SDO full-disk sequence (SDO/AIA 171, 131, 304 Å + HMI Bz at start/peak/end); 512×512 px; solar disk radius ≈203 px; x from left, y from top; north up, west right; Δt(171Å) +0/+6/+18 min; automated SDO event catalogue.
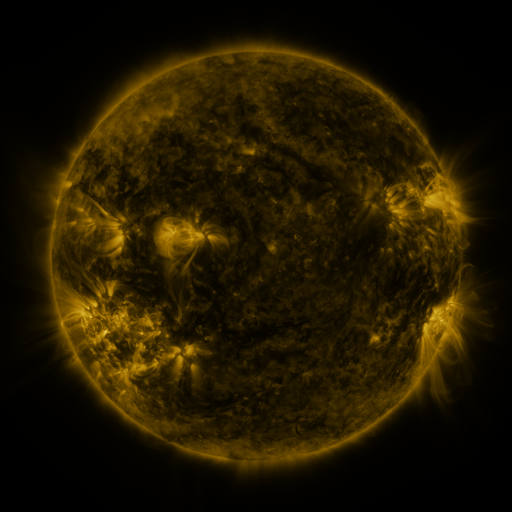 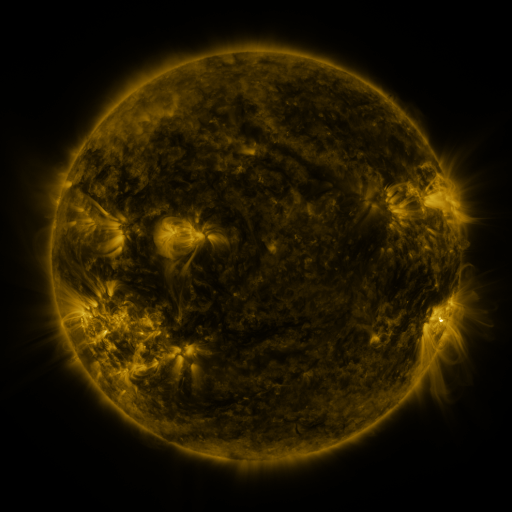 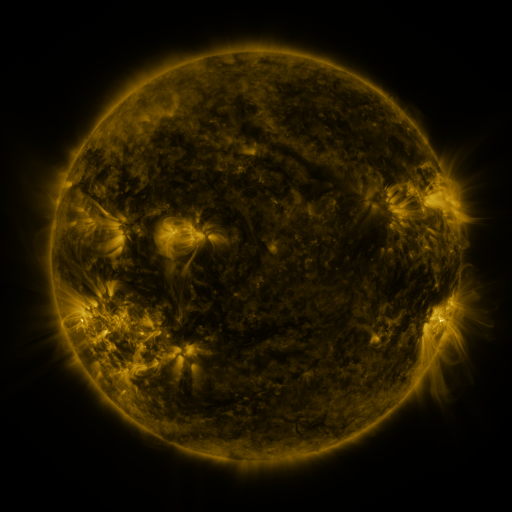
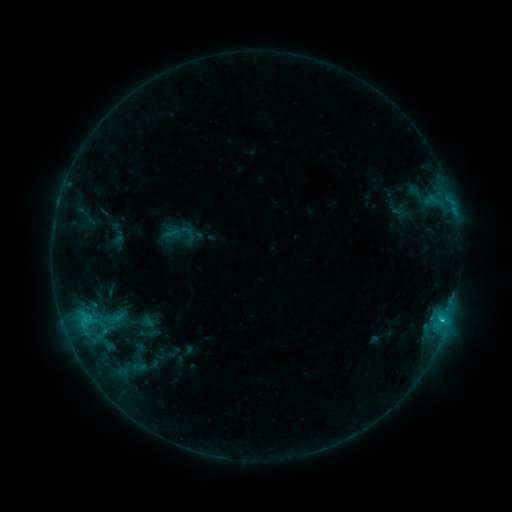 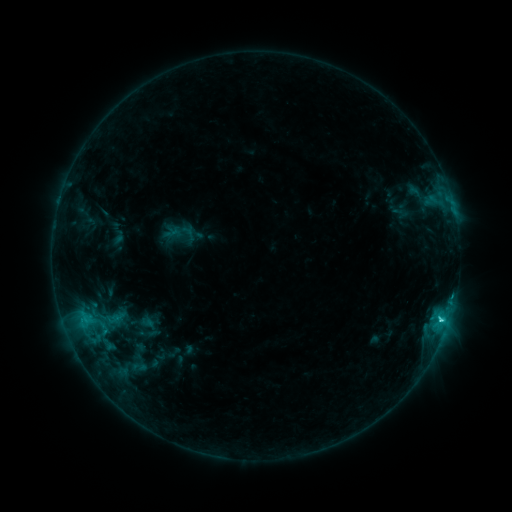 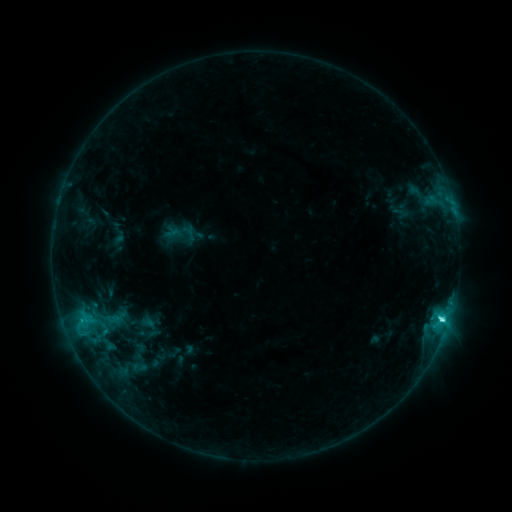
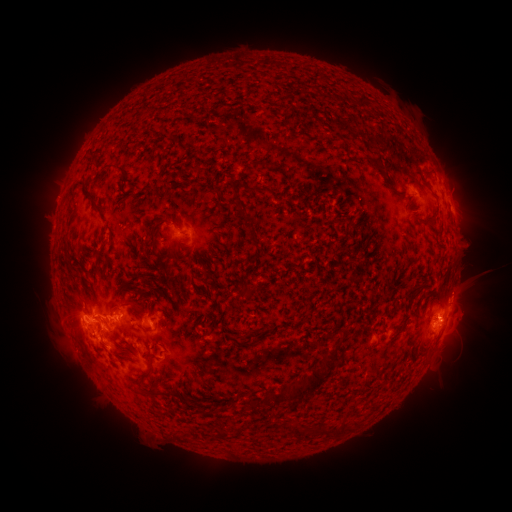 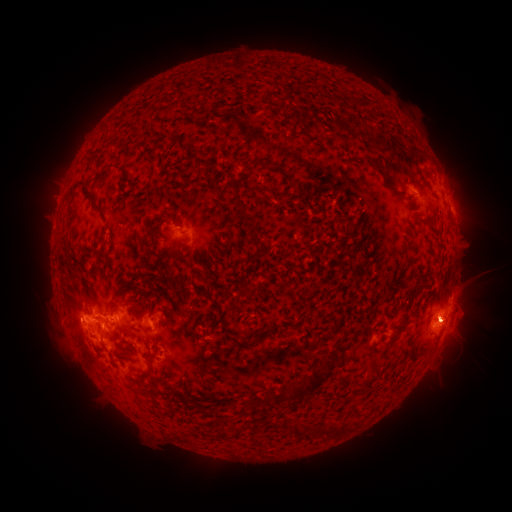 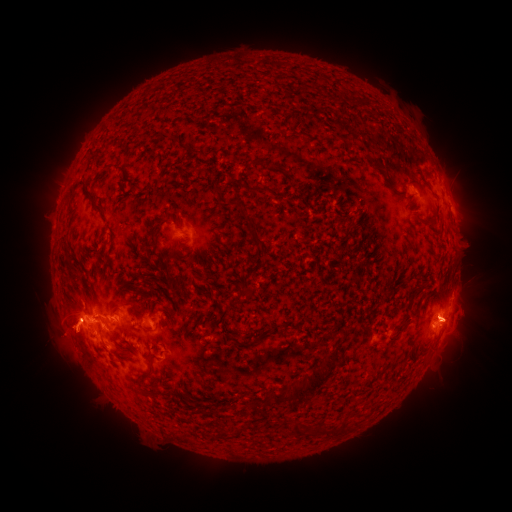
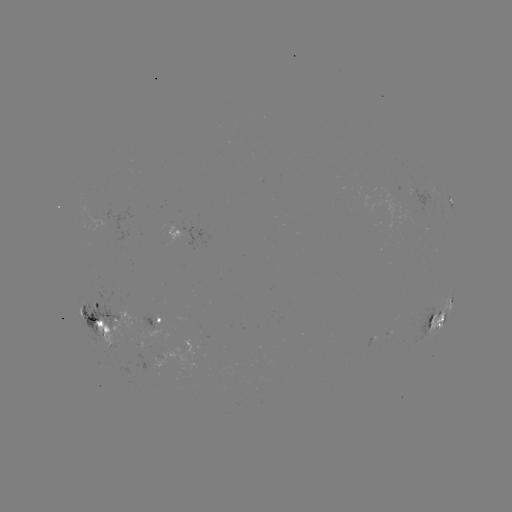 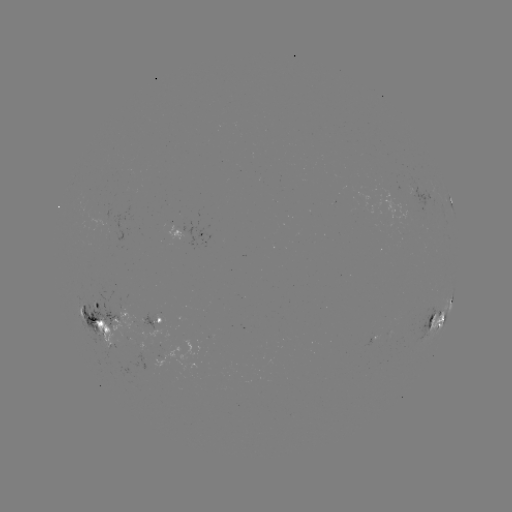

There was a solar eruption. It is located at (450, 323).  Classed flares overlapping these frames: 1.